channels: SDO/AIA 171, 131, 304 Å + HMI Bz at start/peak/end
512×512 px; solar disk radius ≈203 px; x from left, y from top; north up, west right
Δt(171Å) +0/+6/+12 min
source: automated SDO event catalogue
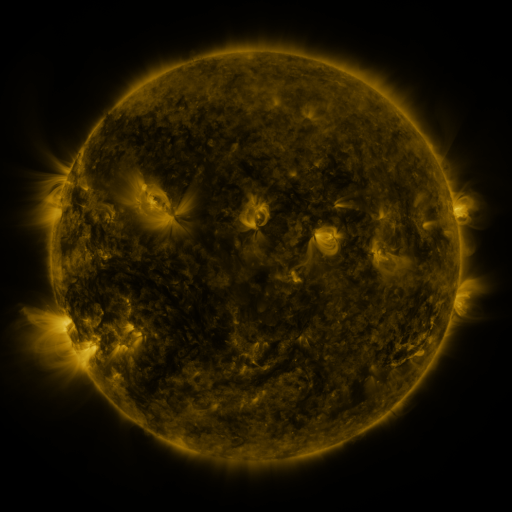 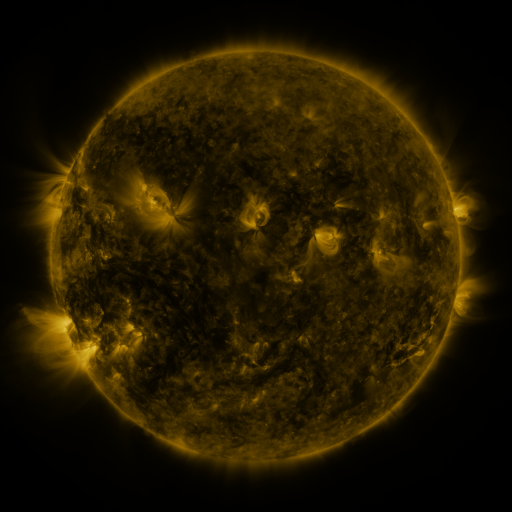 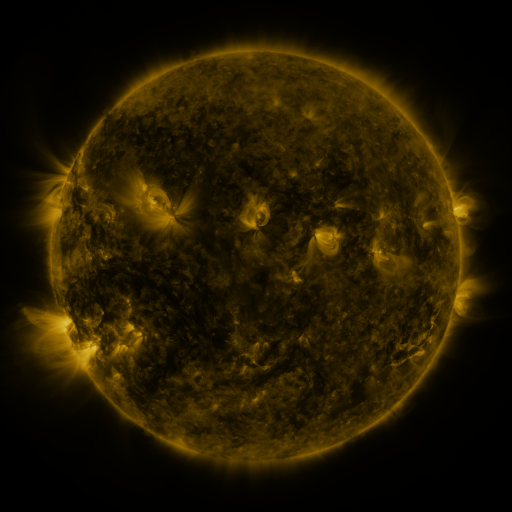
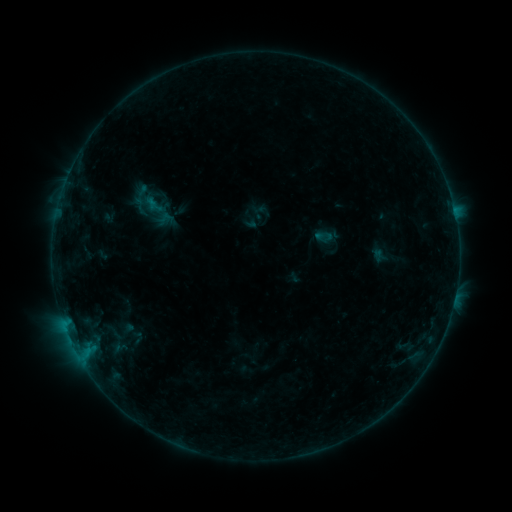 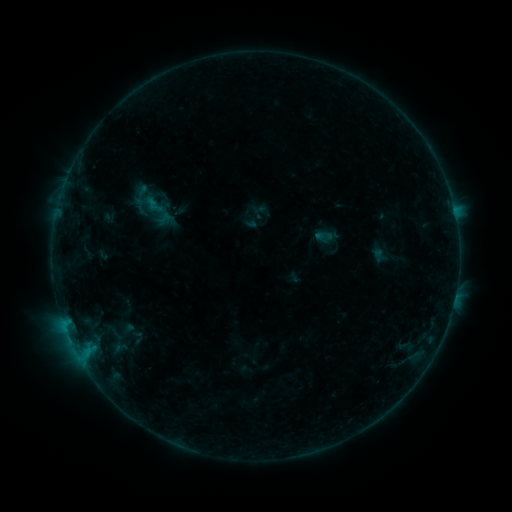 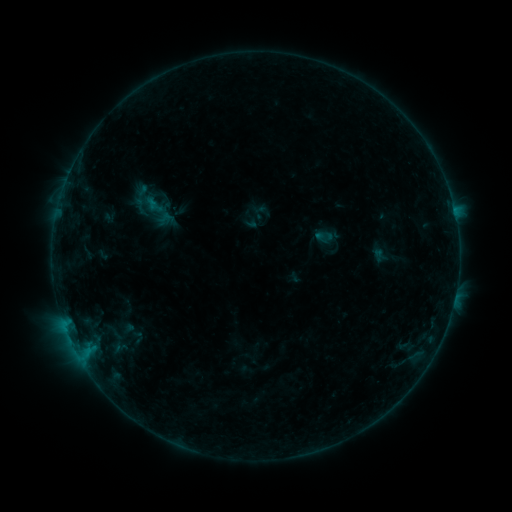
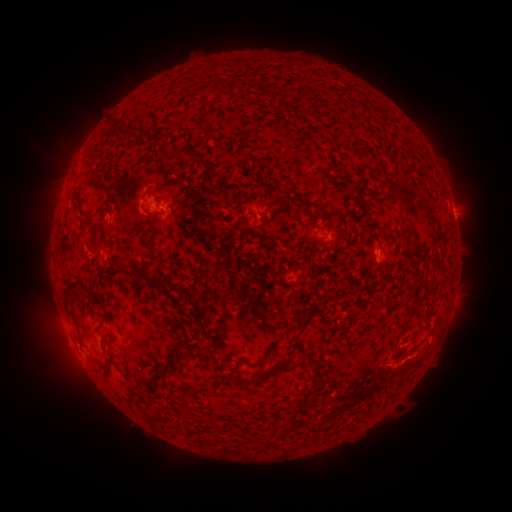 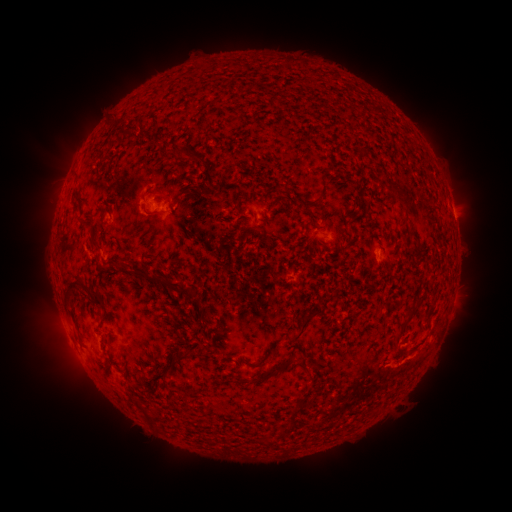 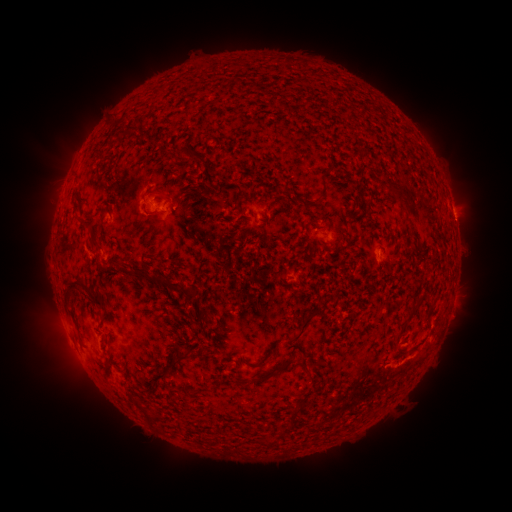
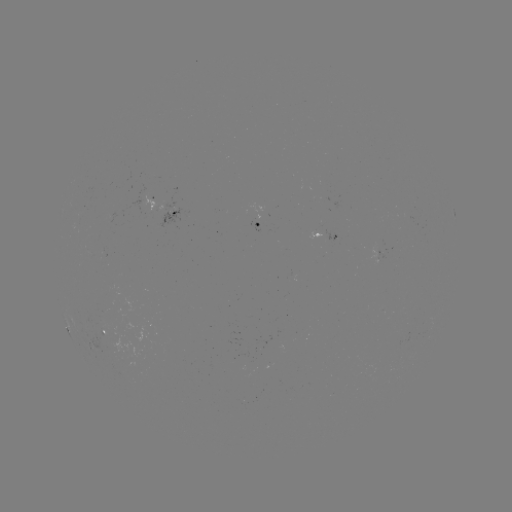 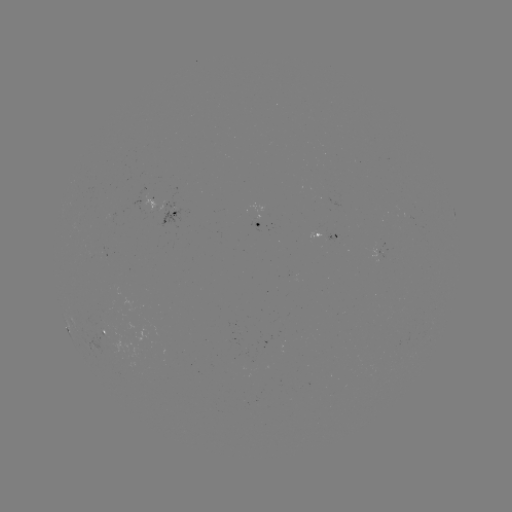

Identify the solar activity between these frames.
no flare in any classed list; no EUV-trigger detection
